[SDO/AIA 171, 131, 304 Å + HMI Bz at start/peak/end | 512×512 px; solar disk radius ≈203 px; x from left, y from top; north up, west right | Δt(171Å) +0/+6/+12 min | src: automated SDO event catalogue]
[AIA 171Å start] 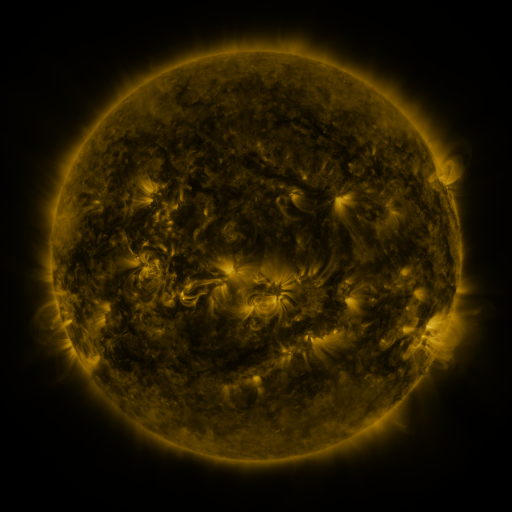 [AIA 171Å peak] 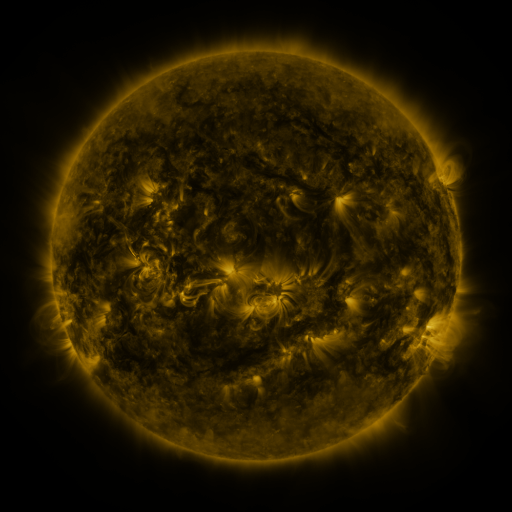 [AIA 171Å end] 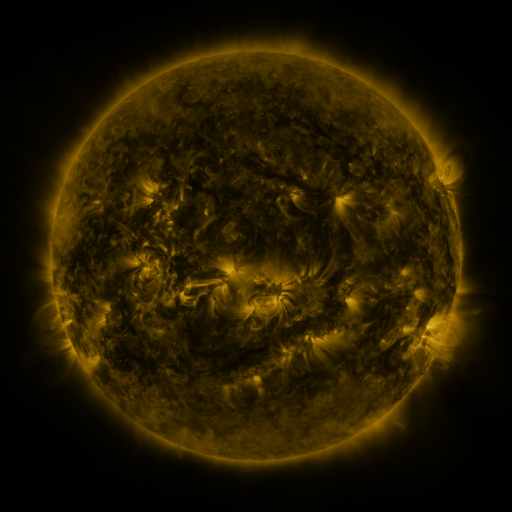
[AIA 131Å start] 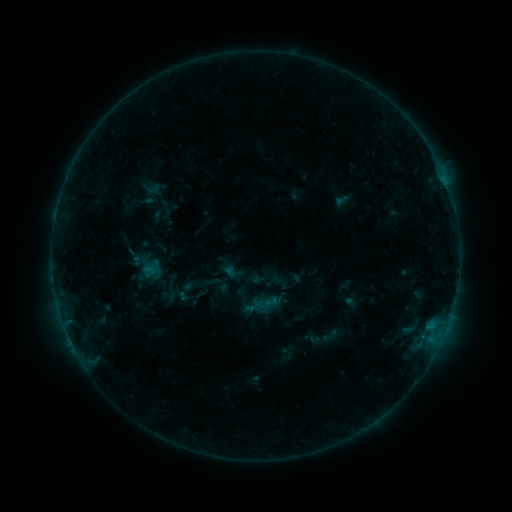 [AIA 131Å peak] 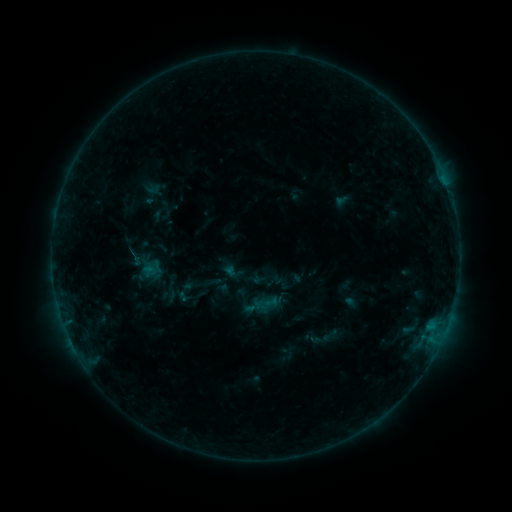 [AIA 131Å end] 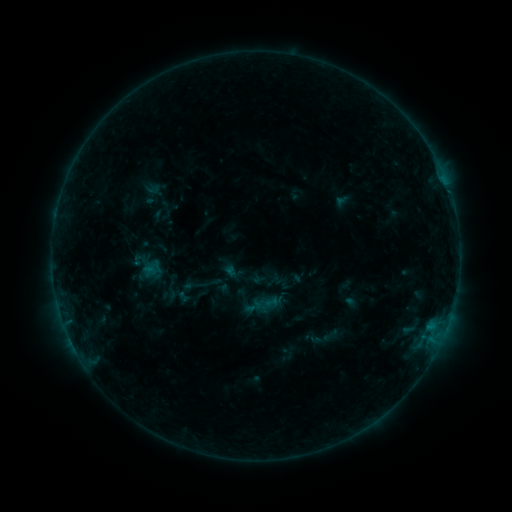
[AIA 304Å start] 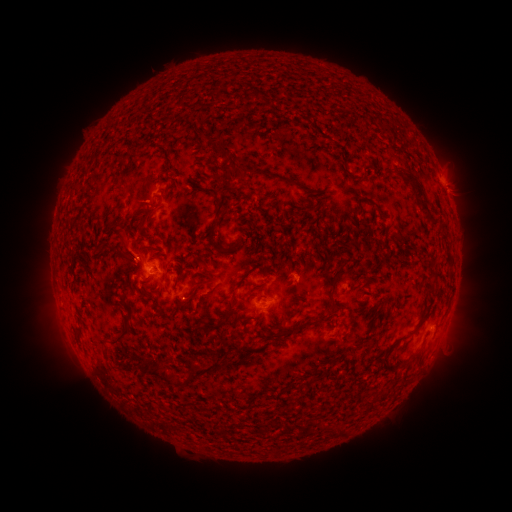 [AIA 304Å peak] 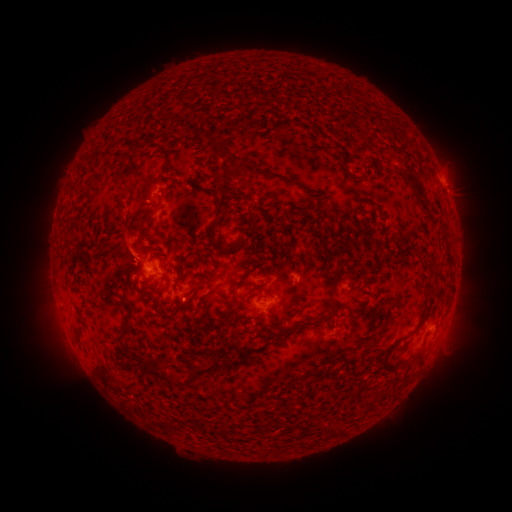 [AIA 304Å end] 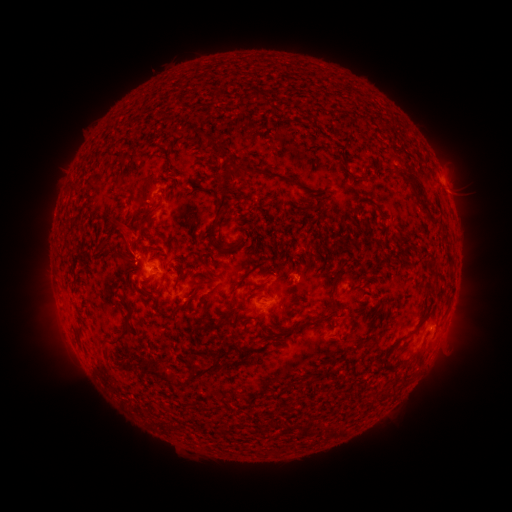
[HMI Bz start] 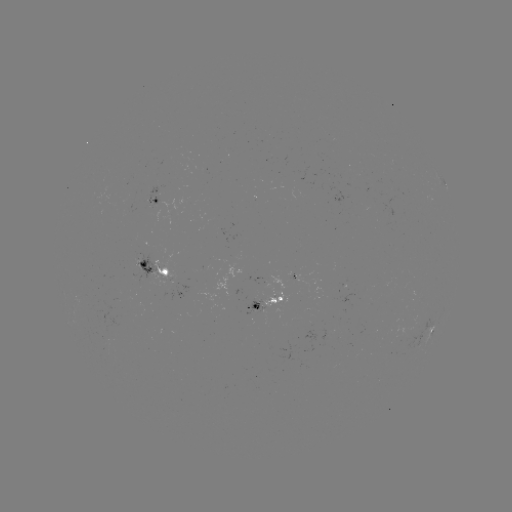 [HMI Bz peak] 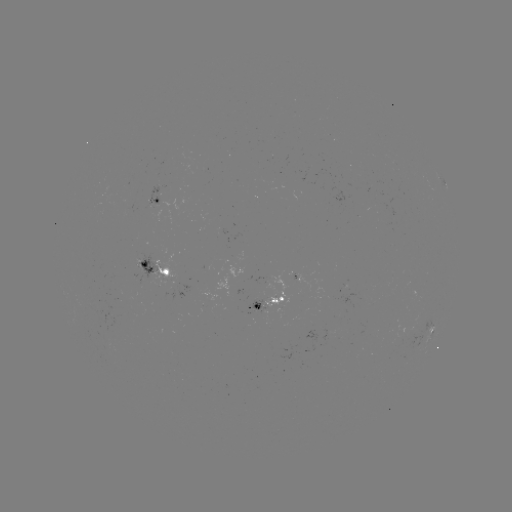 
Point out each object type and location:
eruption: (127, 243)
